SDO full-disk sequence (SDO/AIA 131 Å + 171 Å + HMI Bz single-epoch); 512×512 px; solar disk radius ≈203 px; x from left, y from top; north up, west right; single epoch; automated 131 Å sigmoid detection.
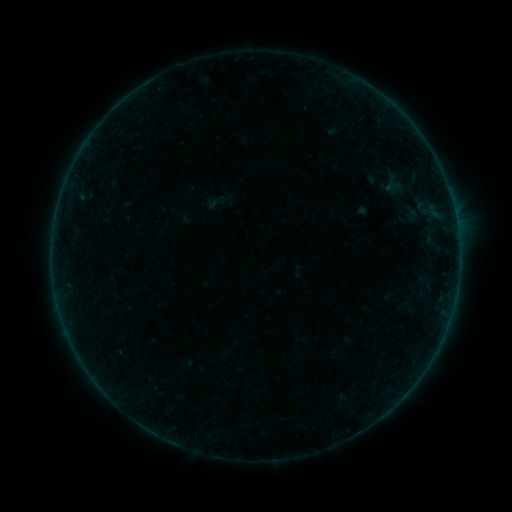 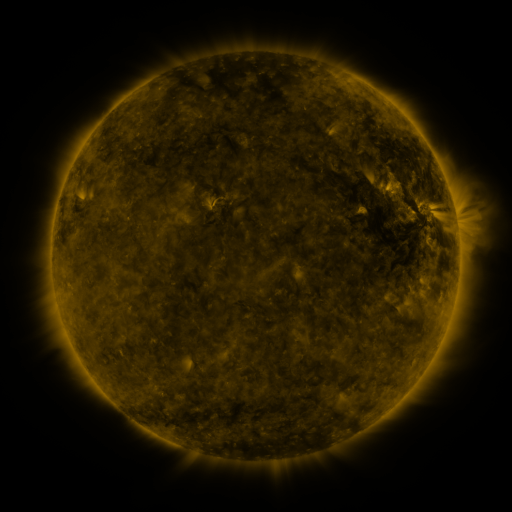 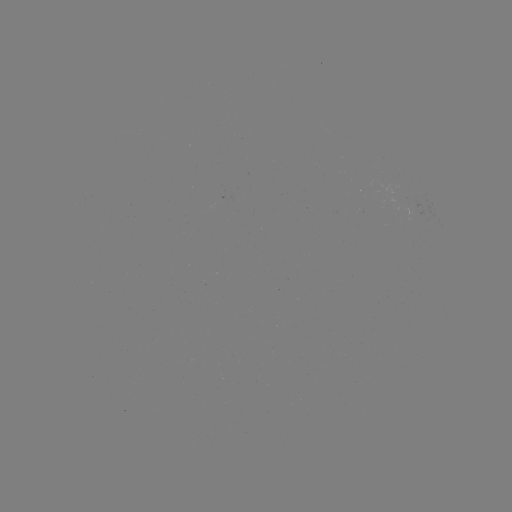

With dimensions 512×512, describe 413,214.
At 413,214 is sigmoid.